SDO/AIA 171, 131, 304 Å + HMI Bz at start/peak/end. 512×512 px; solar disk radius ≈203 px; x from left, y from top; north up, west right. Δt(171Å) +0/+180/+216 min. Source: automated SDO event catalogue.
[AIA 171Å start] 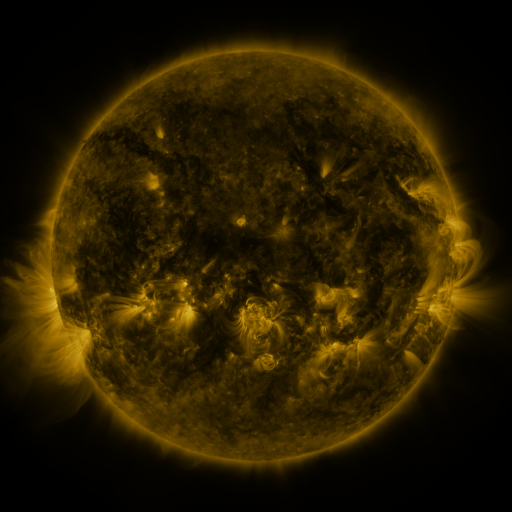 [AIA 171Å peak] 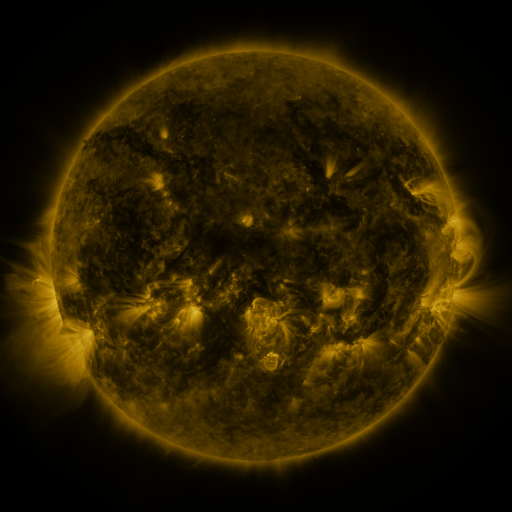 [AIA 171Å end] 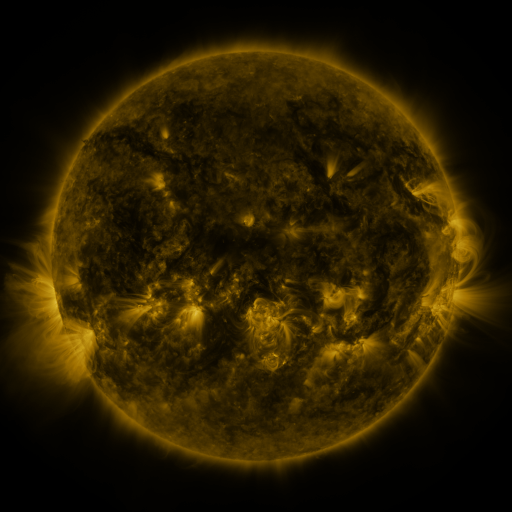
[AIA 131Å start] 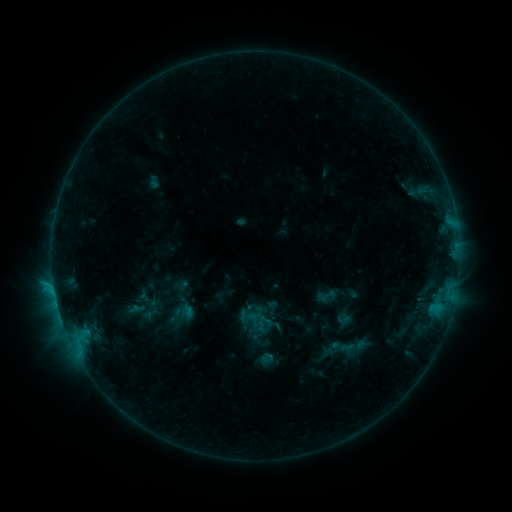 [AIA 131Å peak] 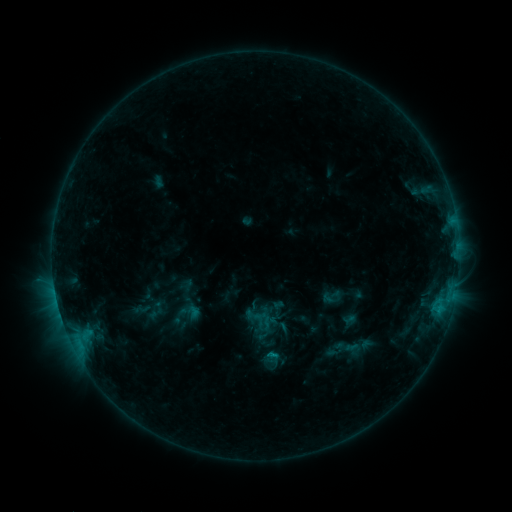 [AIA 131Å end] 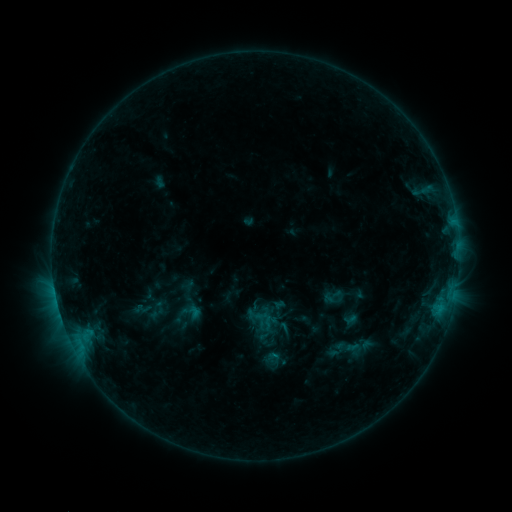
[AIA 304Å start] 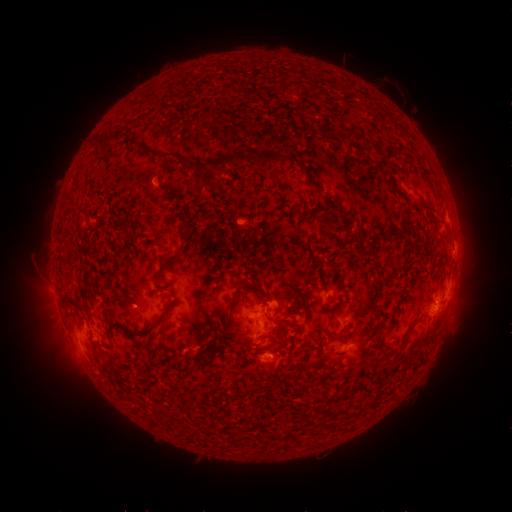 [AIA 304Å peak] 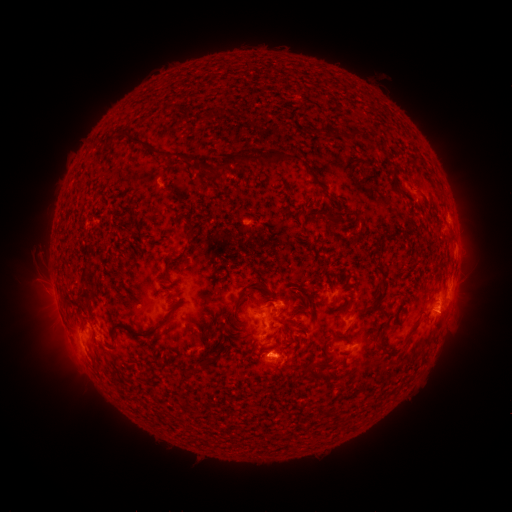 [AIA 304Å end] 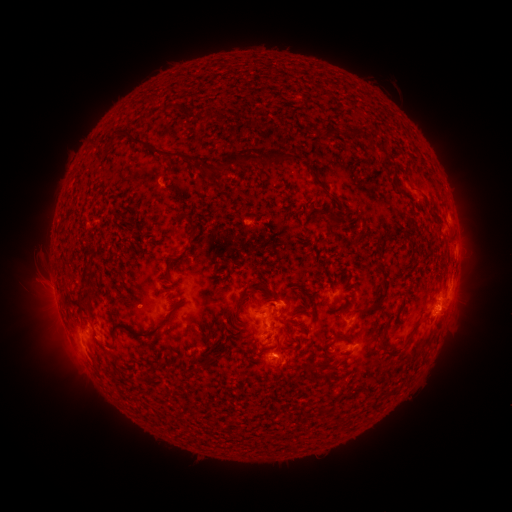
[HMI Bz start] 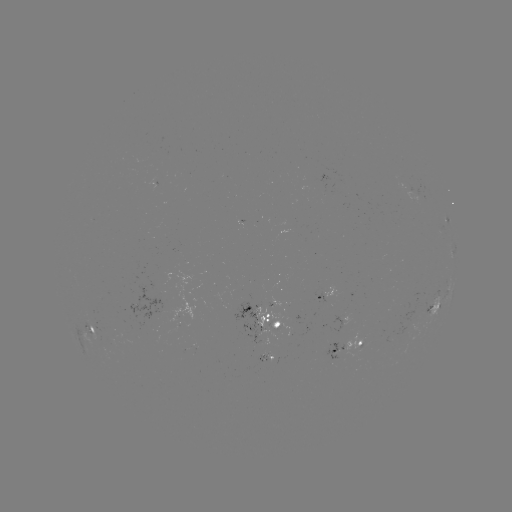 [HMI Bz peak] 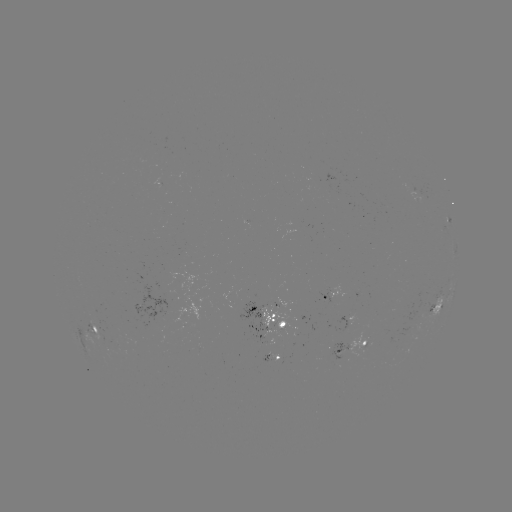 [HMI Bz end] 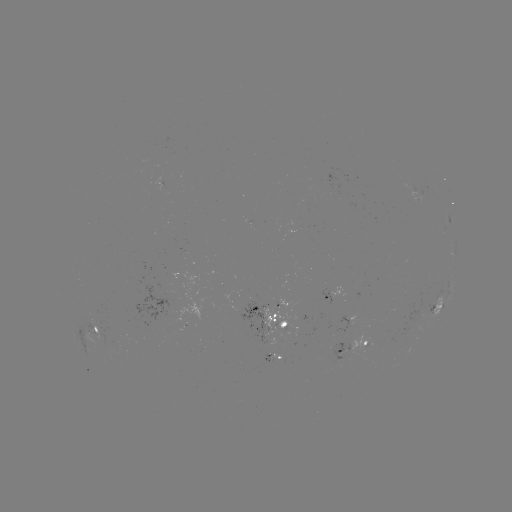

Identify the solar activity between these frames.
emerging-flux region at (273, 302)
